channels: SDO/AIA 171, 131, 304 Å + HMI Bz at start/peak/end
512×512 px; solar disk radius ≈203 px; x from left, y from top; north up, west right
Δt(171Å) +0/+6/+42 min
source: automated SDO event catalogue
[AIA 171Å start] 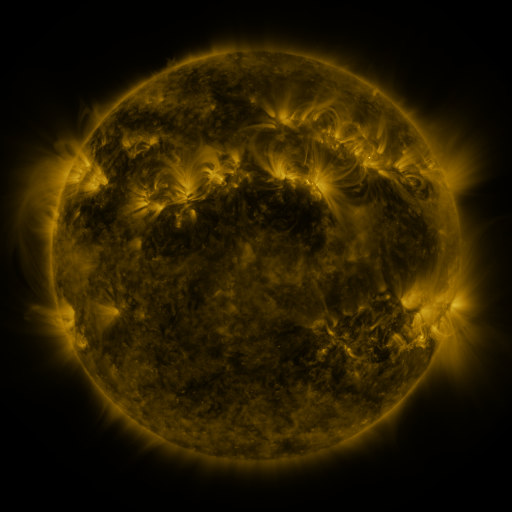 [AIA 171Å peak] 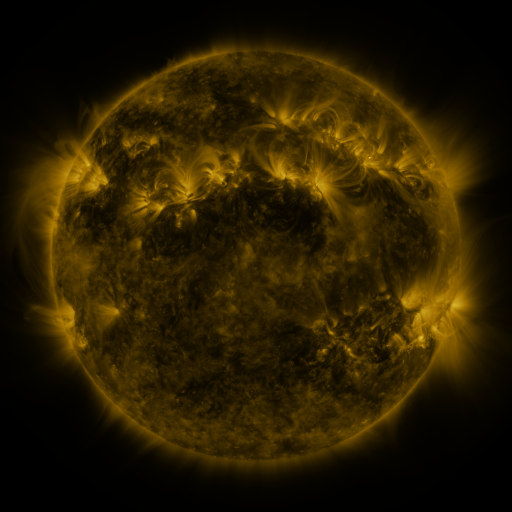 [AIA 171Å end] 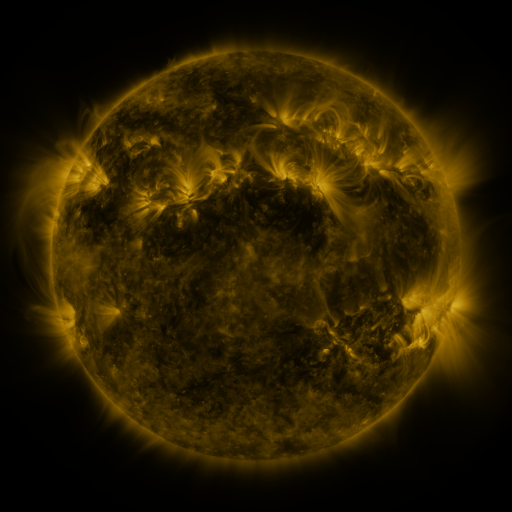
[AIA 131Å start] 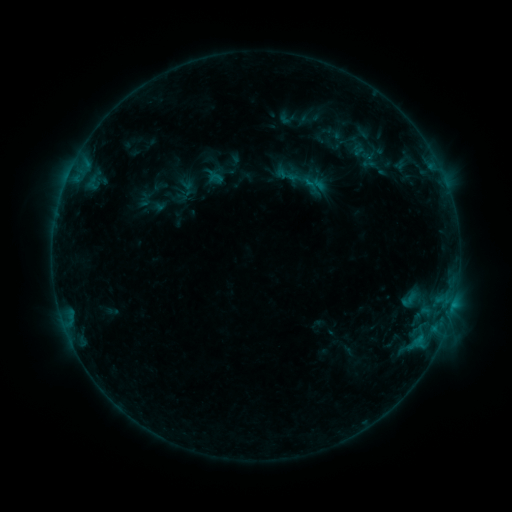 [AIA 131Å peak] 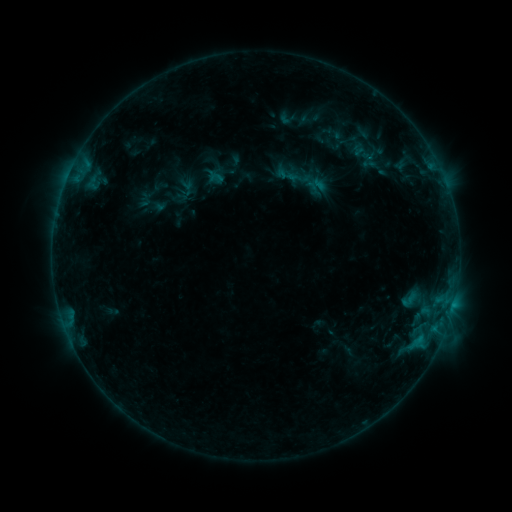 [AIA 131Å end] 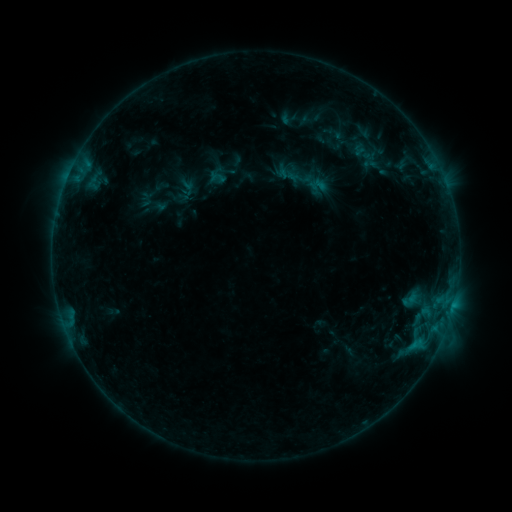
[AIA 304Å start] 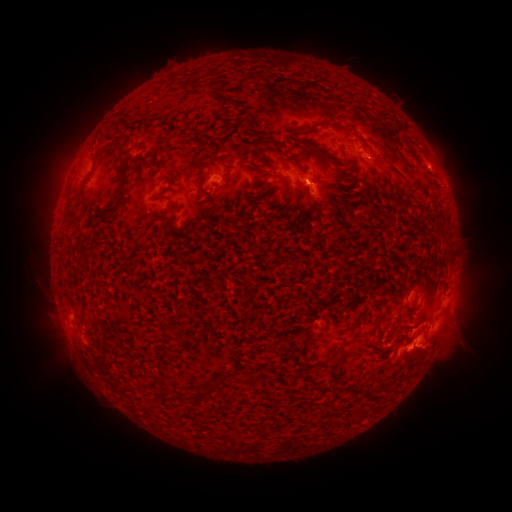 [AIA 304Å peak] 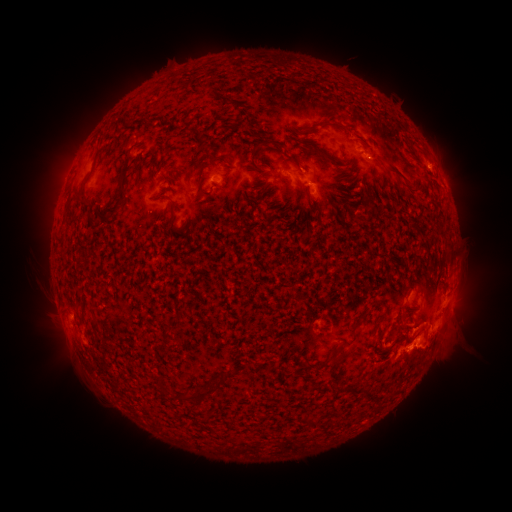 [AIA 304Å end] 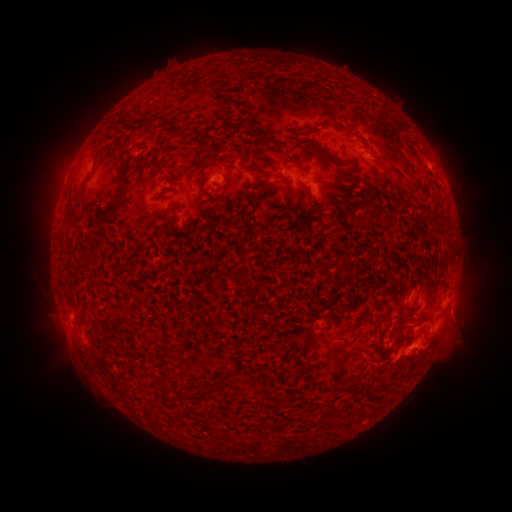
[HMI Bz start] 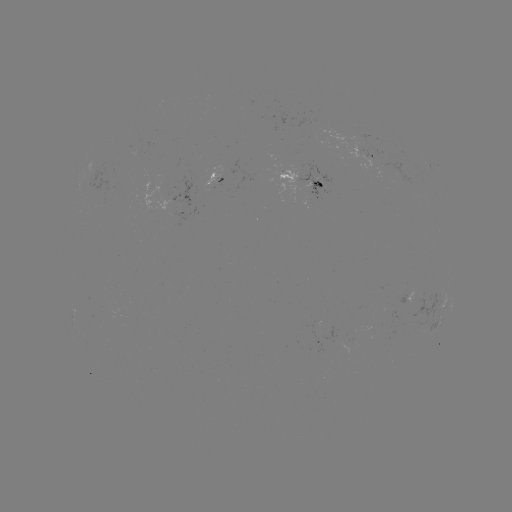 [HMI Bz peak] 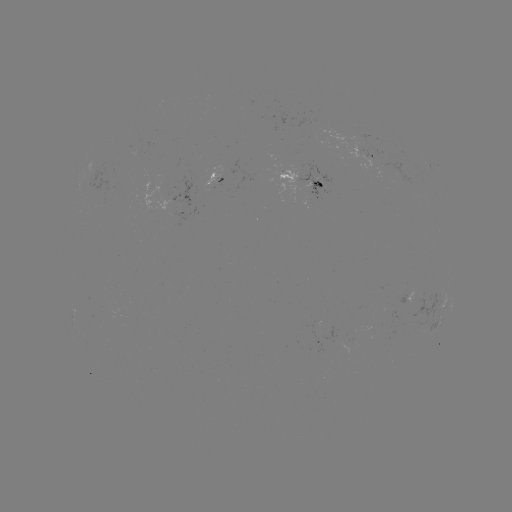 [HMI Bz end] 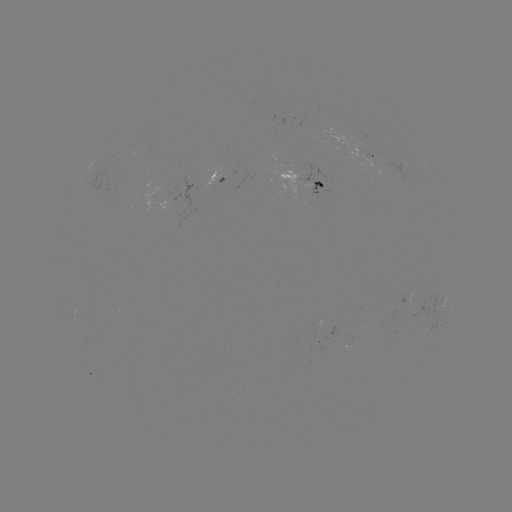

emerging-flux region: (271, 170, 301, 193)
